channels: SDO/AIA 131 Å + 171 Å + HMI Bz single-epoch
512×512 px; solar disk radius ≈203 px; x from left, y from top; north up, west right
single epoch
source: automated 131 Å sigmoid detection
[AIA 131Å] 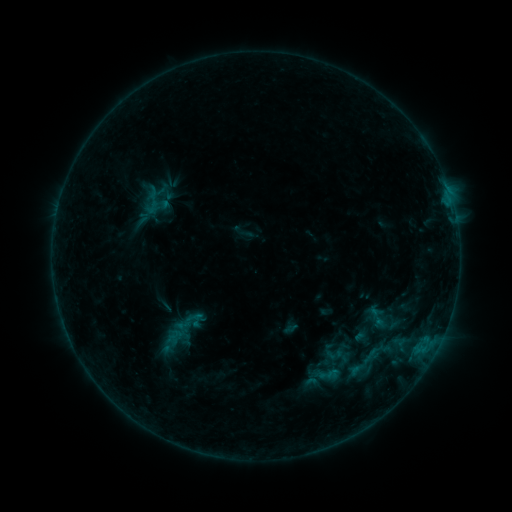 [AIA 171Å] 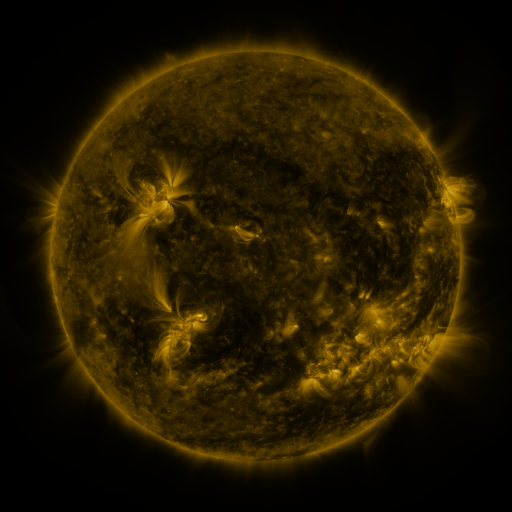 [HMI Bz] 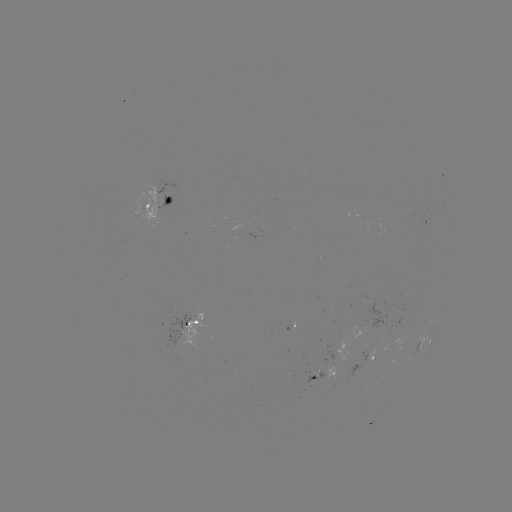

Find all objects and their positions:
sigmoid: [342, 332, 398, 388]
sigmoid: [325, 345, 343, 363]
sigmoid: [314, 361, 341, 388]
